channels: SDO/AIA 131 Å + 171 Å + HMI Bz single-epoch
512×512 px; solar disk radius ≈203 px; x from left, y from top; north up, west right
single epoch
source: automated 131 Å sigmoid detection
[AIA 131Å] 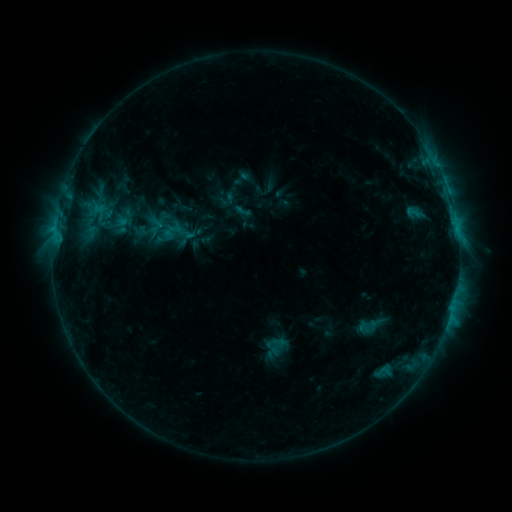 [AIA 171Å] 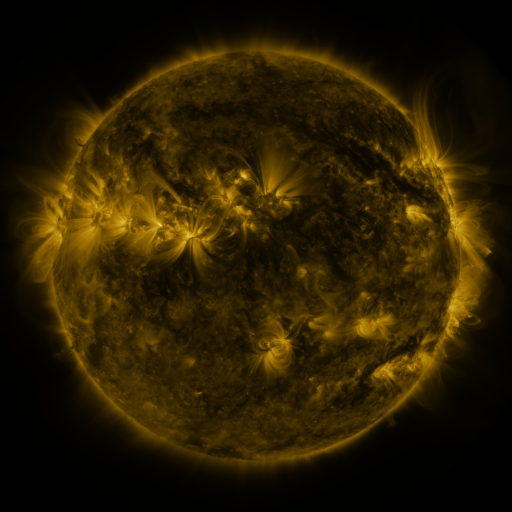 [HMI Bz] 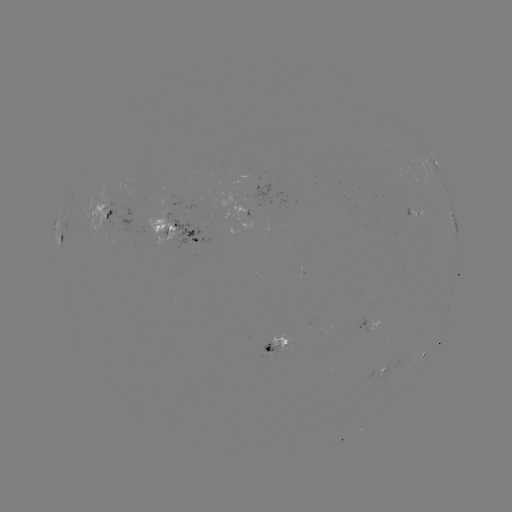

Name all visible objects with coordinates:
sigmoid: [270, 338, 286, 354]
